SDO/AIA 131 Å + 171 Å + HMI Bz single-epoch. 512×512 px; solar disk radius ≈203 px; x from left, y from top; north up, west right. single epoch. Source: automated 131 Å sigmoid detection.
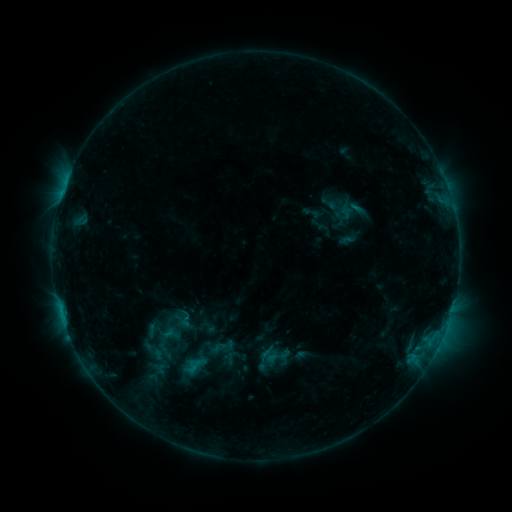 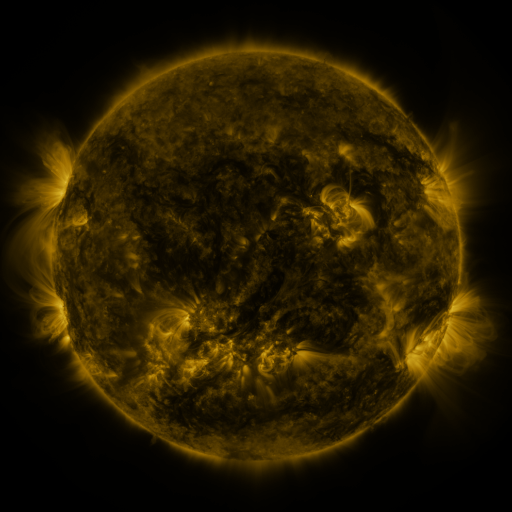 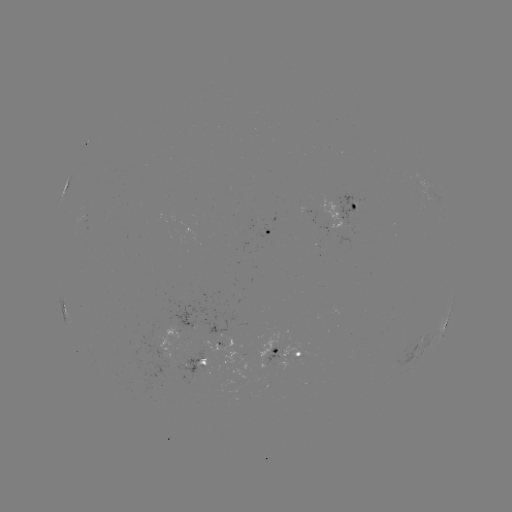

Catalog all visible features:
sigmoid: (153, 351)
sigmoid: (195, 365)
